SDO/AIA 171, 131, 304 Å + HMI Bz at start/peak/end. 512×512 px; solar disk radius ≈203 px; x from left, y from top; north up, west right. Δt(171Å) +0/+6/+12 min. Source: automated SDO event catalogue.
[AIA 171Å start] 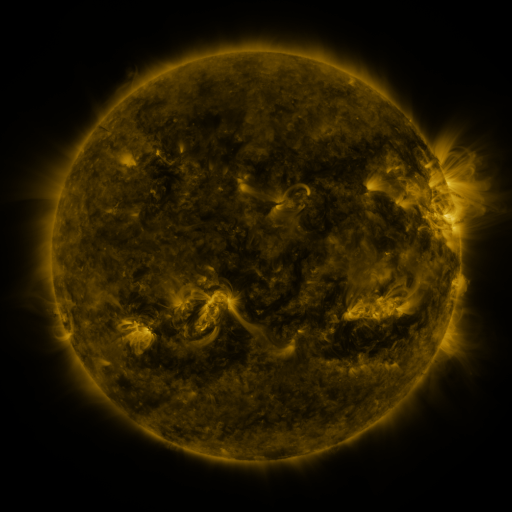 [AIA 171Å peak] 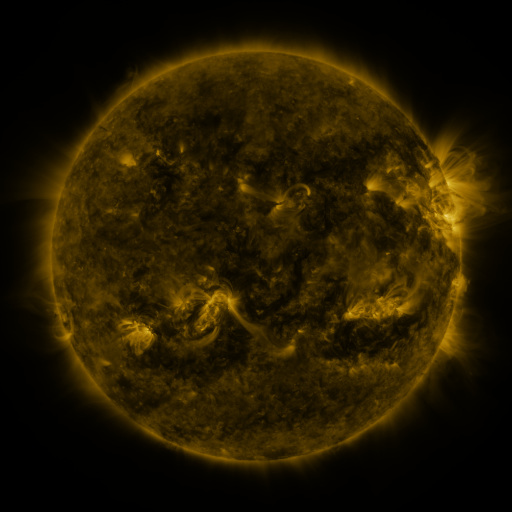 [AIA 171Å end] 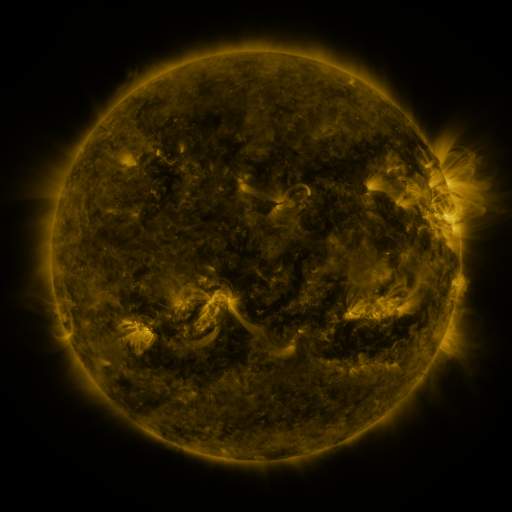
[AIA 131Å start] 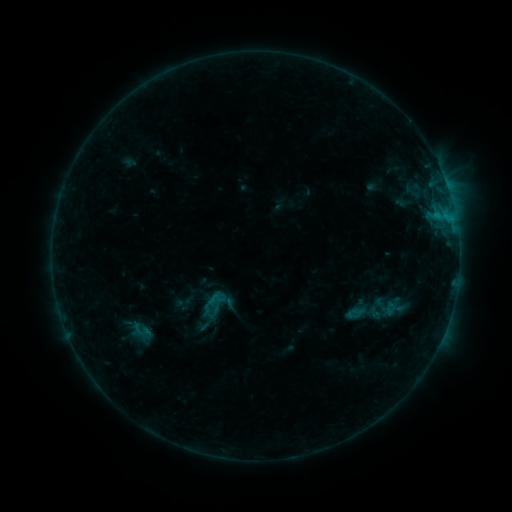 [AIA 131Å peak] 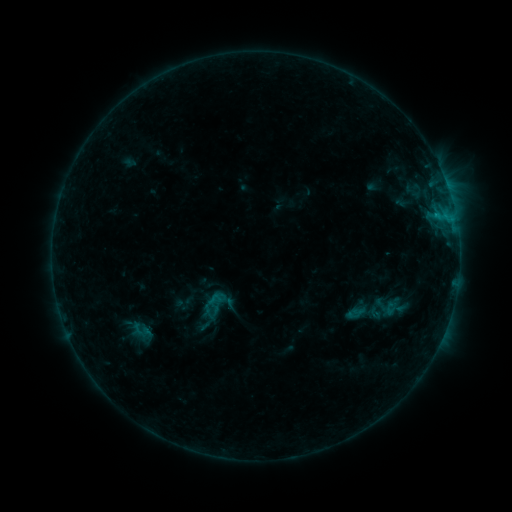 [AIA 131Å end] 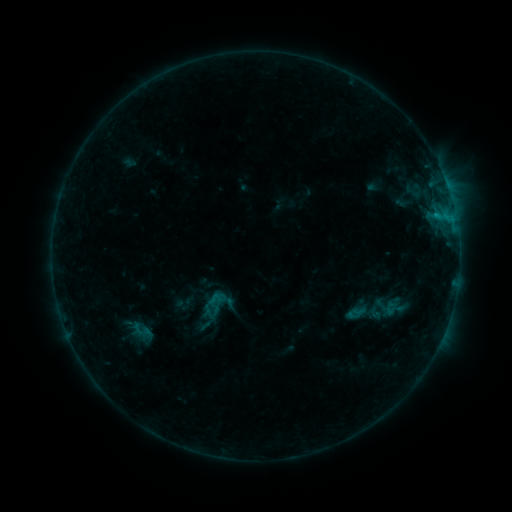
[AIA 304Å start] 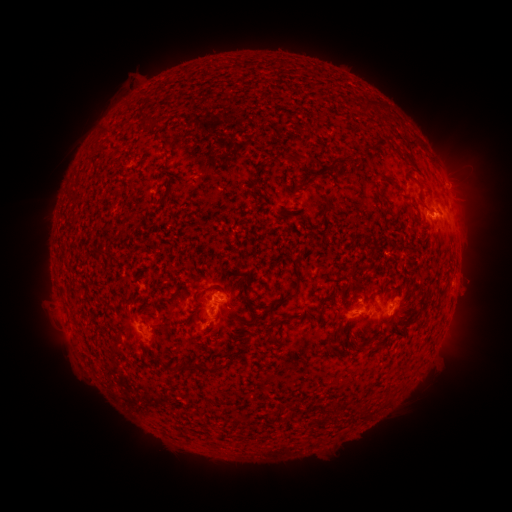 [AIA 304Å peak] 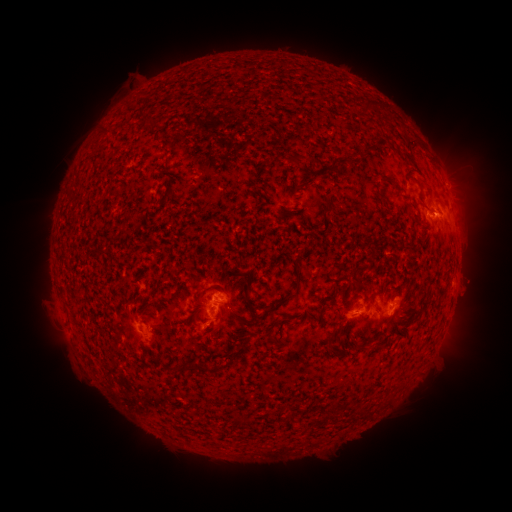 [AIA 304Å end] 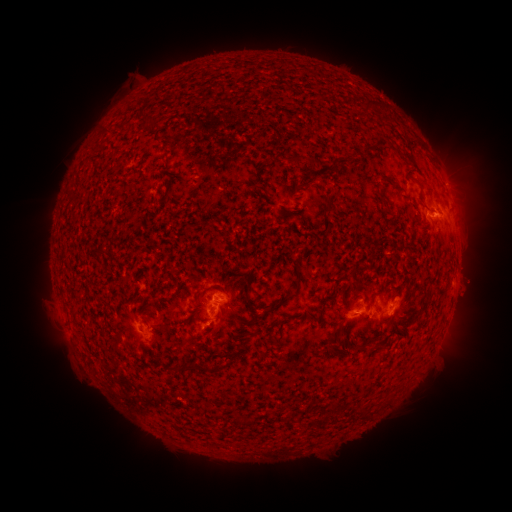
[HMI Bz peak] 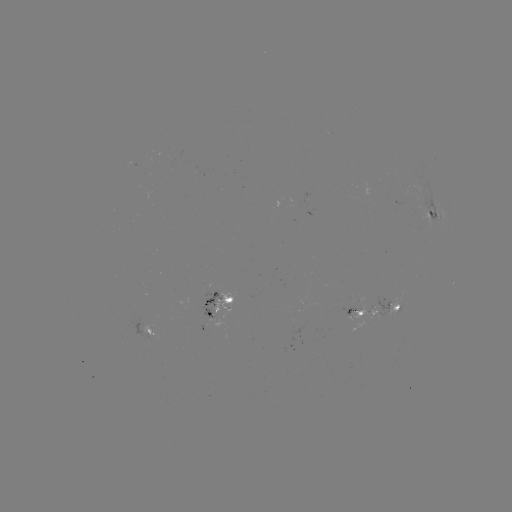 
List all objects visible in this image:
B6.4 flare: (435, 215)
